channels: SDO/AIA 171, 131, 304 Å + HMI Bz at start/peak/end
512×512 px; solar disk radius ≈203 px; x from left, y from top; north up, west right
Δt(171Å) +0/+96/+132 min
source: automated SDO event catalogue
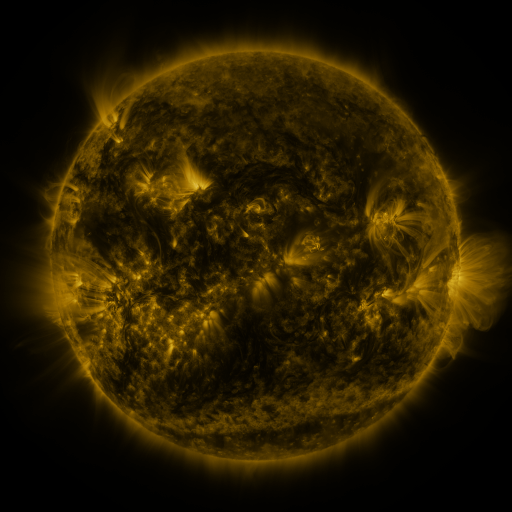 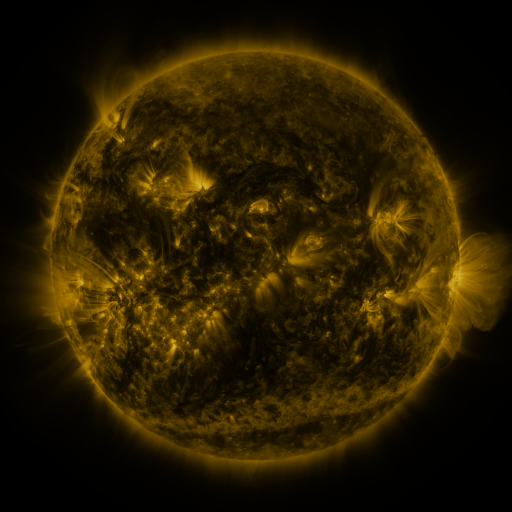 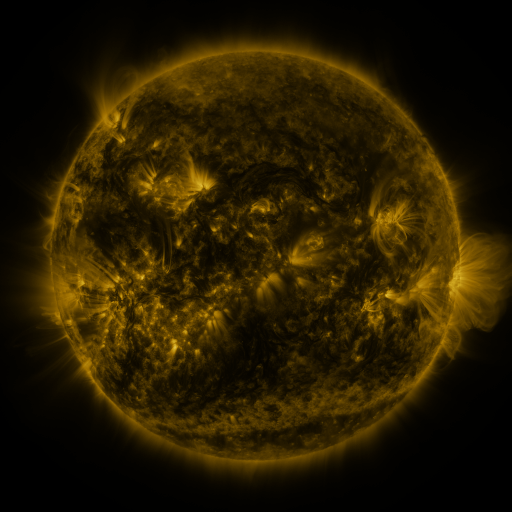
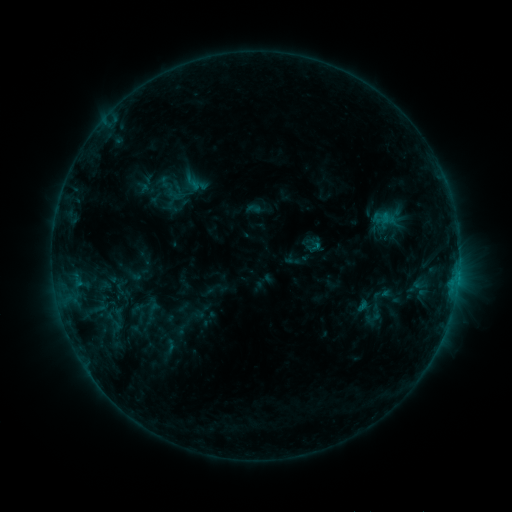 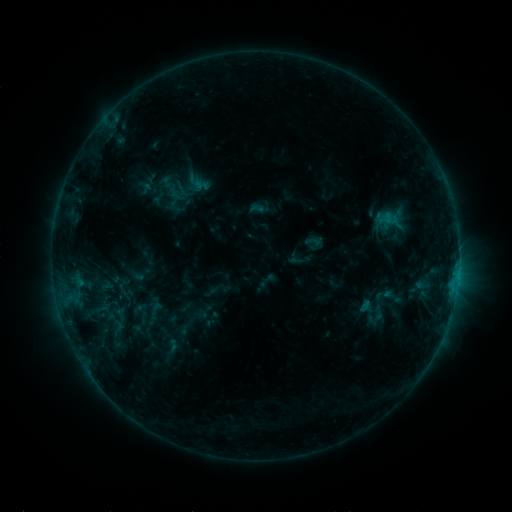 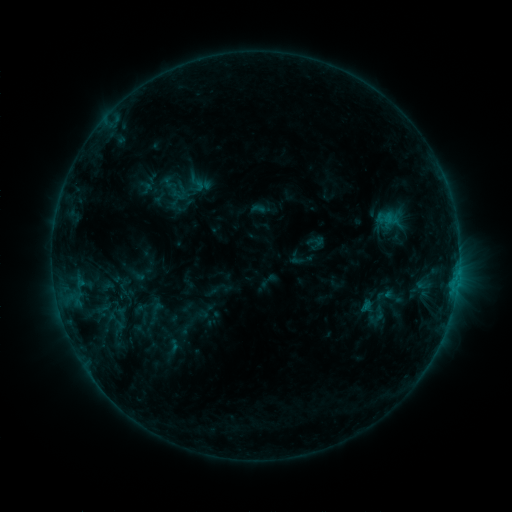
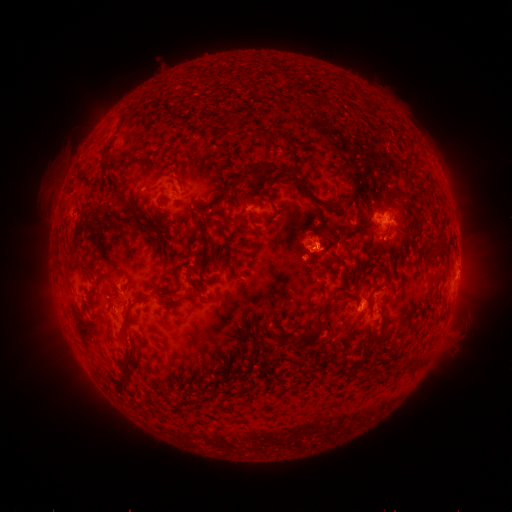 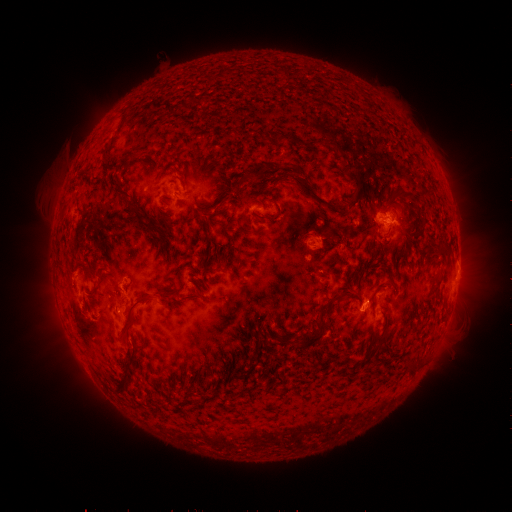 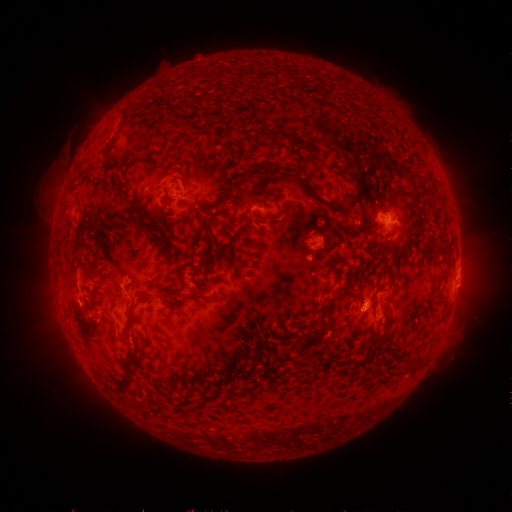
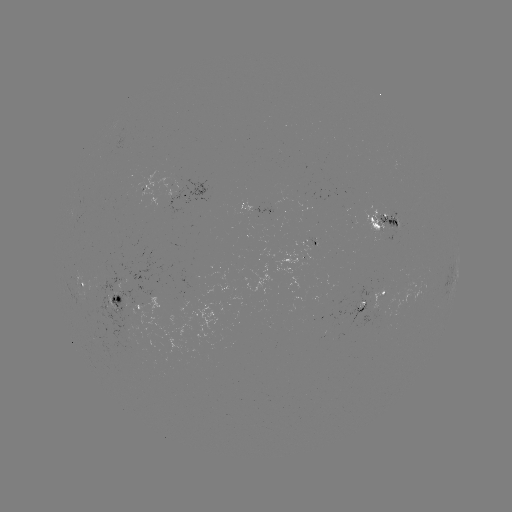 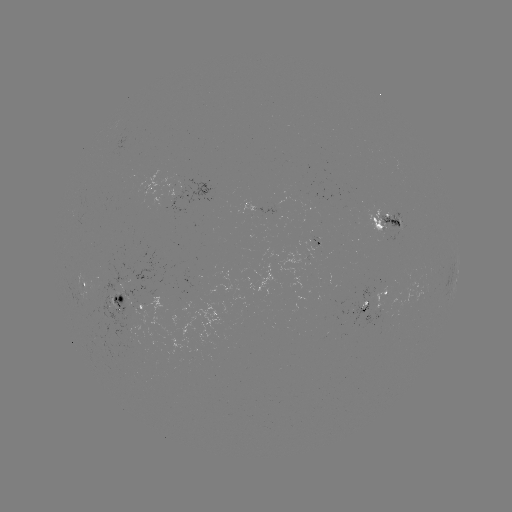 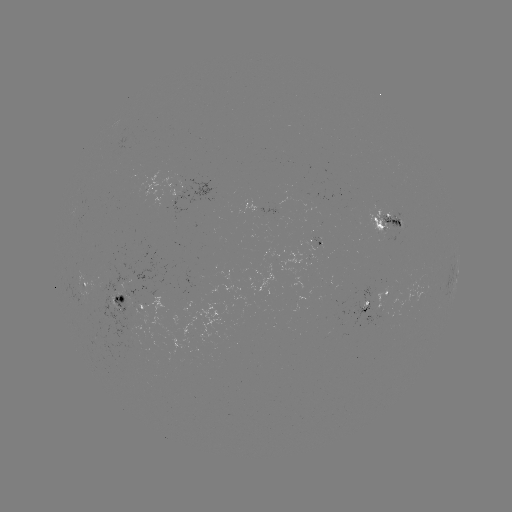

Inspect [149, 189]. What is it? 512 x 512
emerging-flux region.